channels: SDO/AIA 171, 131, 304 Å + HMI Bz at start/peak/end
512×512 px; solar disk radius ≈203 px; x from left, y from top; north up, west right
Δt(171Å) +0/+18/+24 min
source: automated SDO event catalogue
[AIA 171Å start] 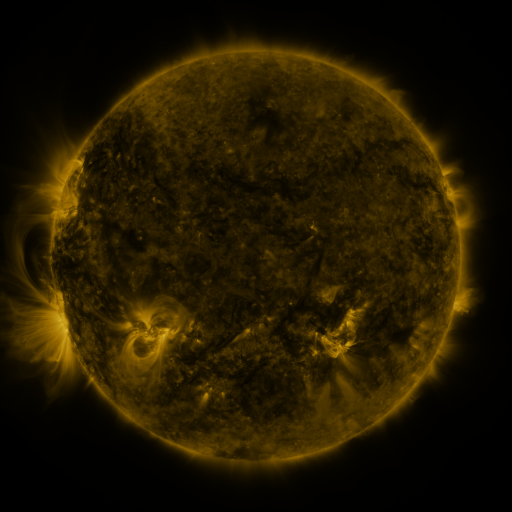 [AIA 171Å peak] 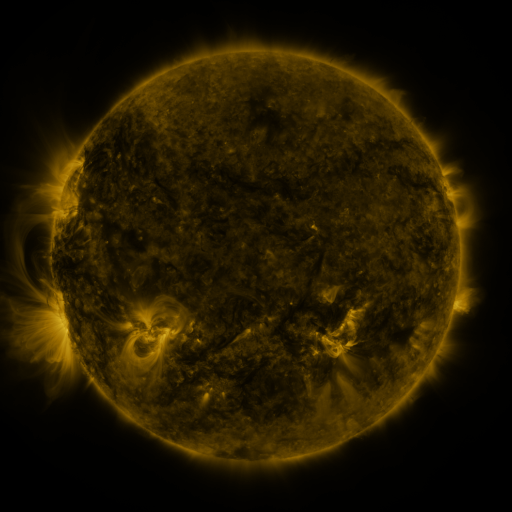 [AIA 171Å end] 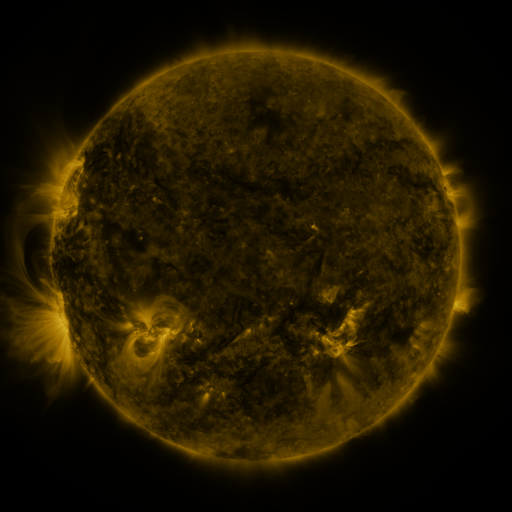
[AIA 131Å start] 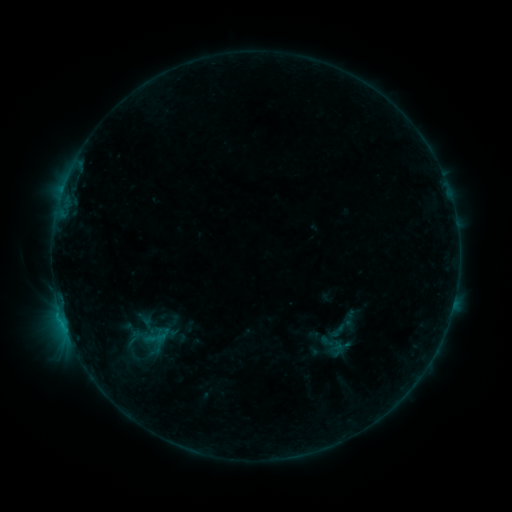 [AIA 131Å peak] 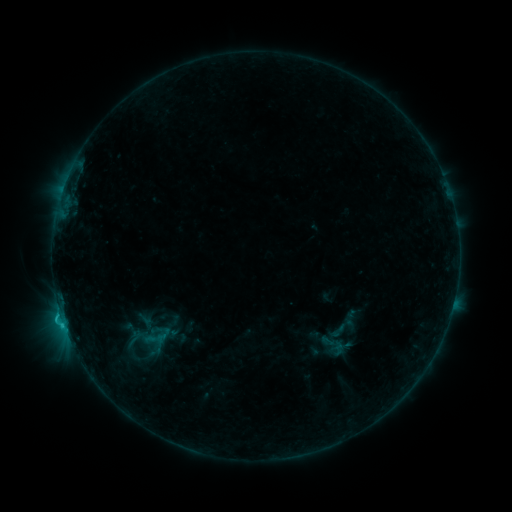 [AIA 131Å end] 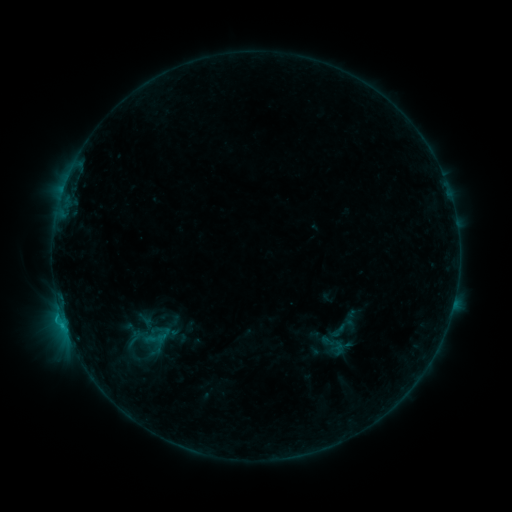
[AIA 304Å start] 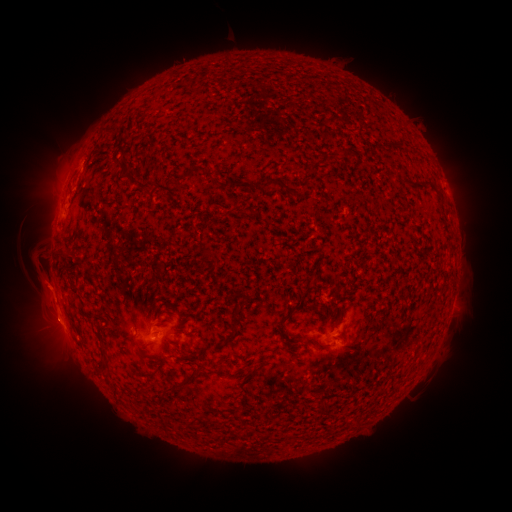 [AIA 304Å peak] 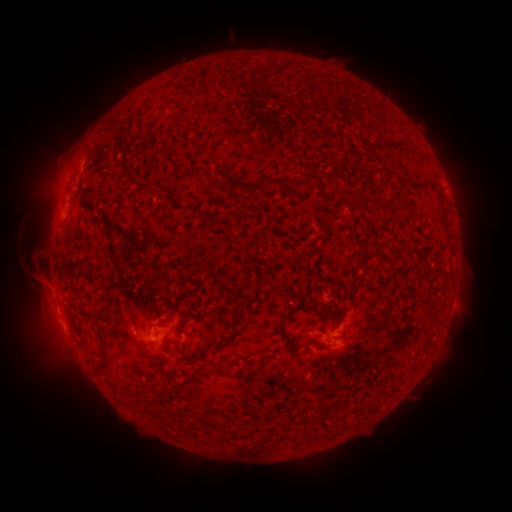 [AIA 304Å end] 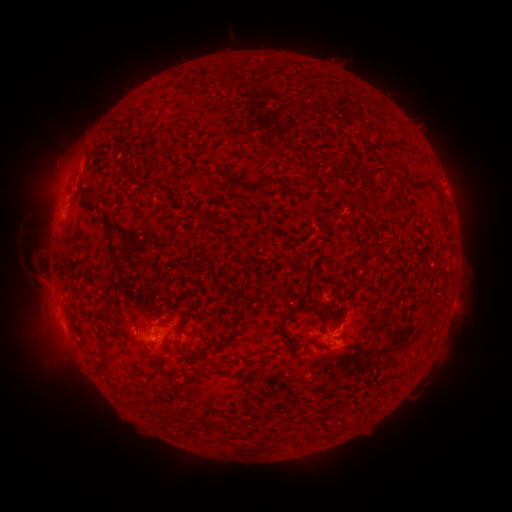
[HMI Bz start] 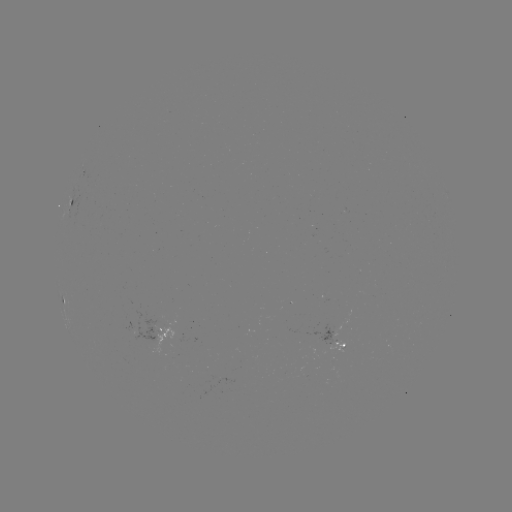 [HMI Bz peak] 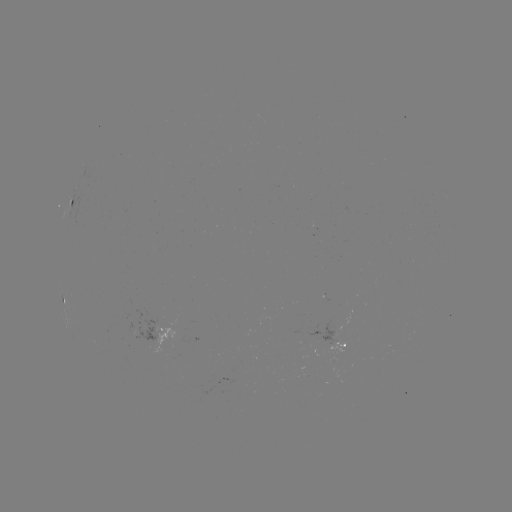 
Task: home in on C1.0 flare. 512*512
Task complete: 61,315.